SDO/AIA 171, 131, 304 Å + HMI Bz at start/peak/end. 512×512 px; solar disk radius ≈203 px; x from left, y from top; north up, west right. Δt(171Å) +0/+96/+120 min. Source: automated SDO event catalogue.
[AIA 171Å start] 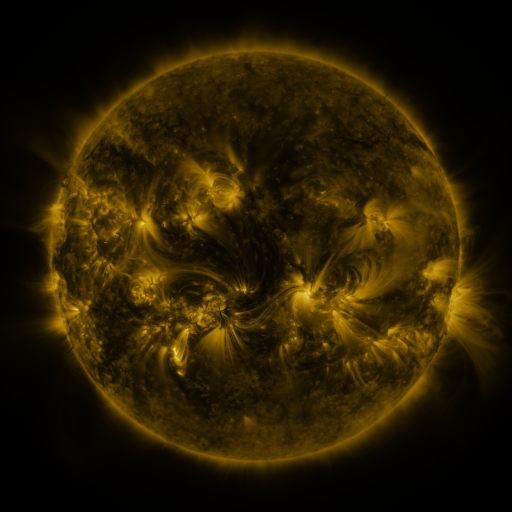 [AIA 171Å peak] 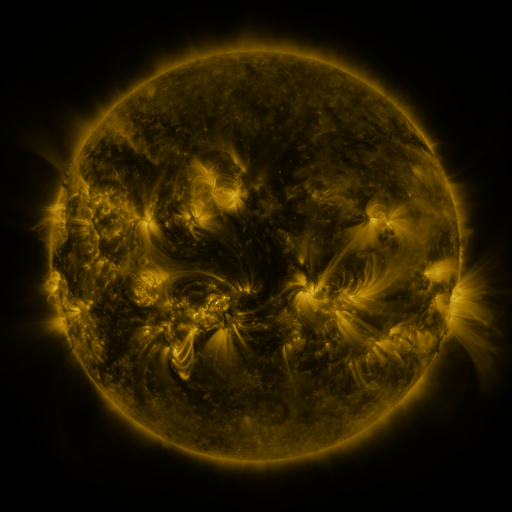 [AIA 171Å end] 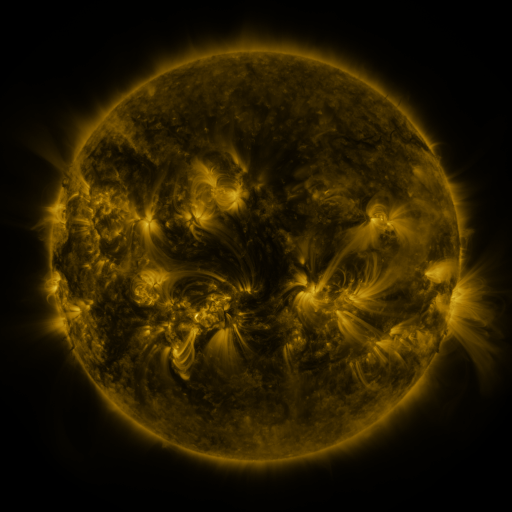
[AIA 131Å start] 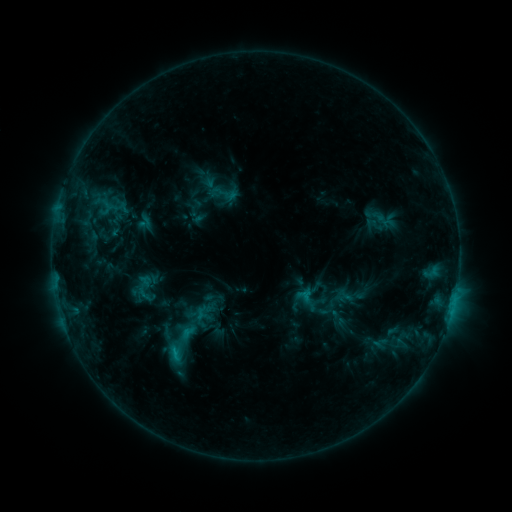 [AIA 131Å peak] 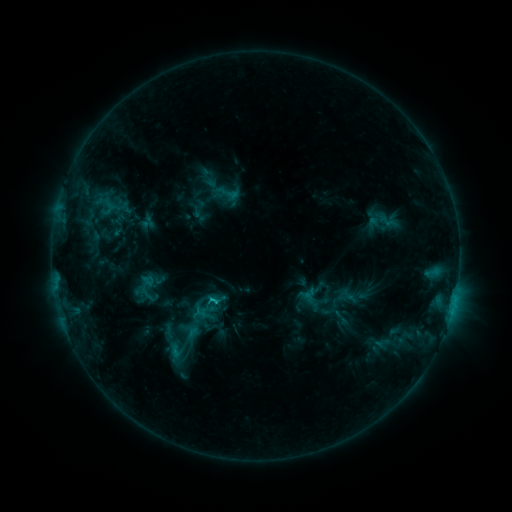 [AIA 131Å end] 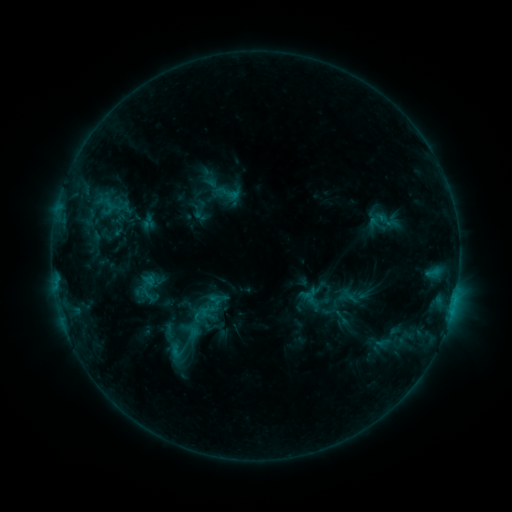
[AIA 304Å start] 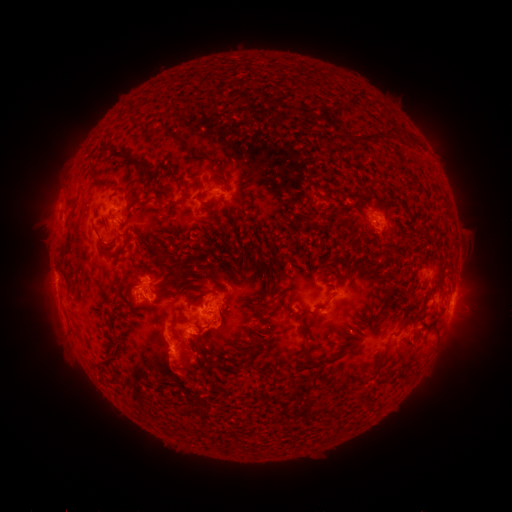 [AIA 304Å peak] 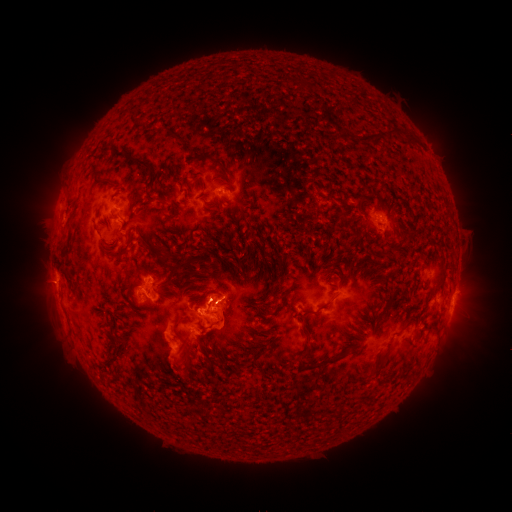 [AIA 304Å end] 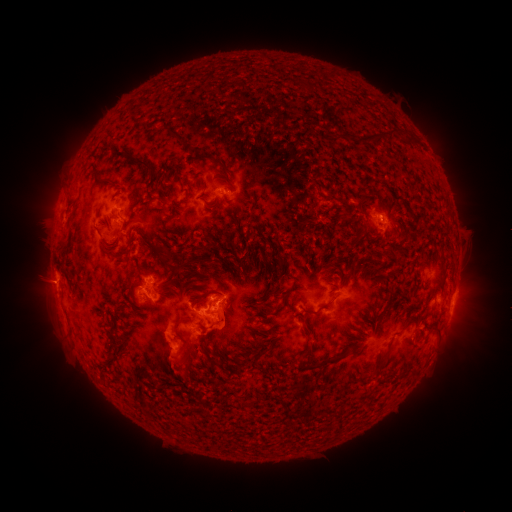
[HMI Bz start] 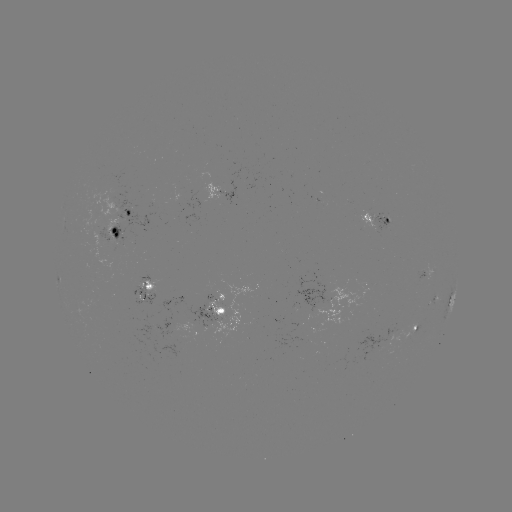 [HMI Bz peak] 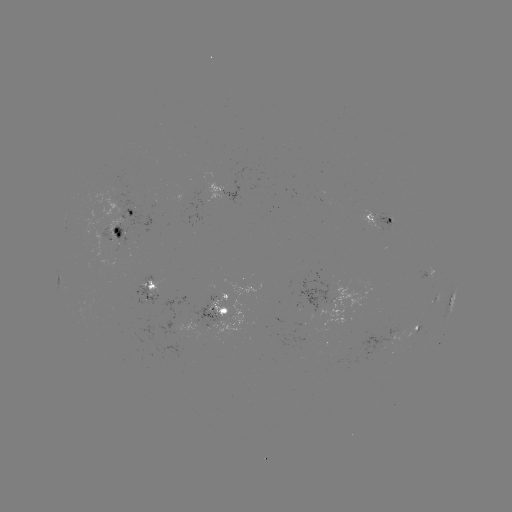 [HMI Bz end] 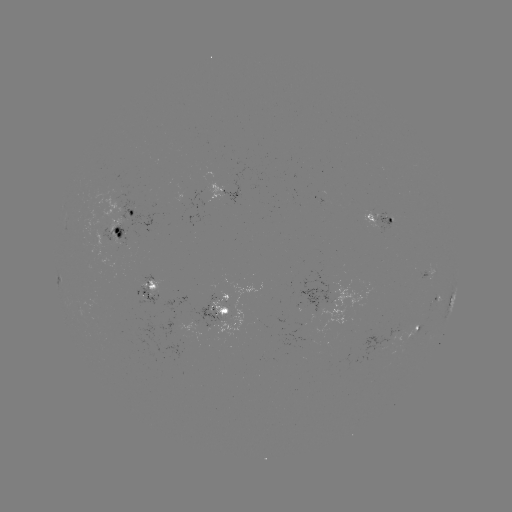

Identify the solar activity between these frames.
emerging-flux region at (404, 330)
